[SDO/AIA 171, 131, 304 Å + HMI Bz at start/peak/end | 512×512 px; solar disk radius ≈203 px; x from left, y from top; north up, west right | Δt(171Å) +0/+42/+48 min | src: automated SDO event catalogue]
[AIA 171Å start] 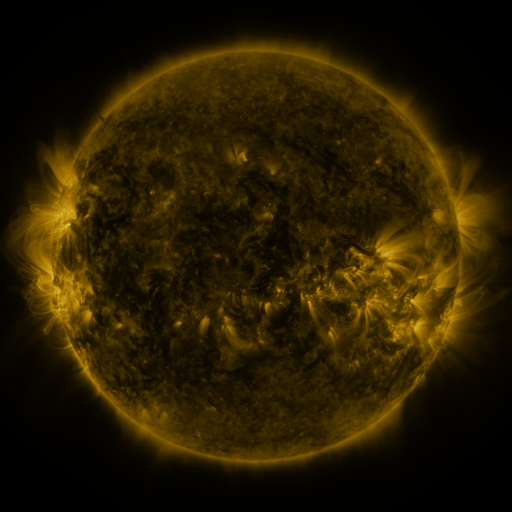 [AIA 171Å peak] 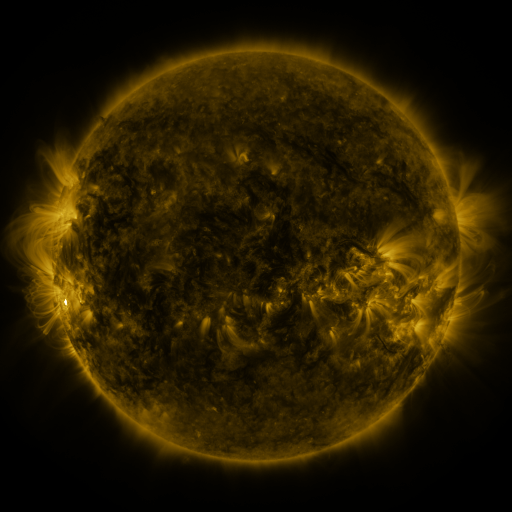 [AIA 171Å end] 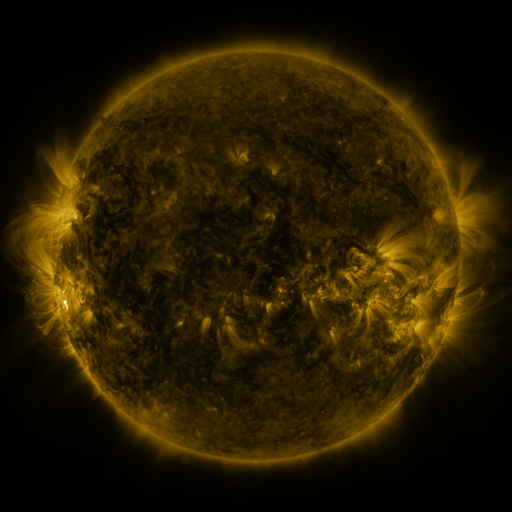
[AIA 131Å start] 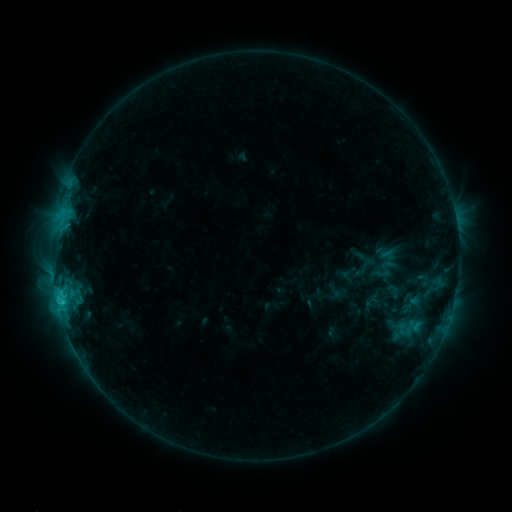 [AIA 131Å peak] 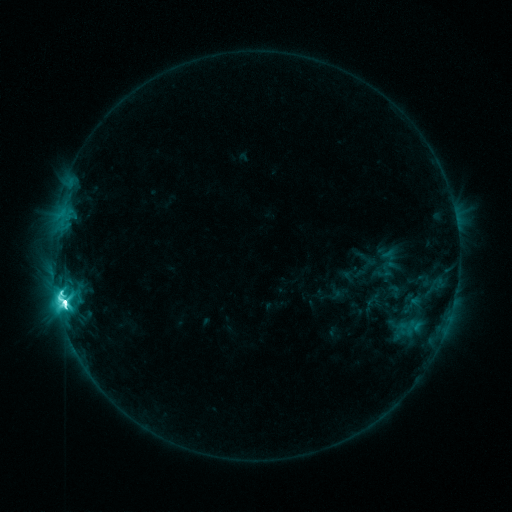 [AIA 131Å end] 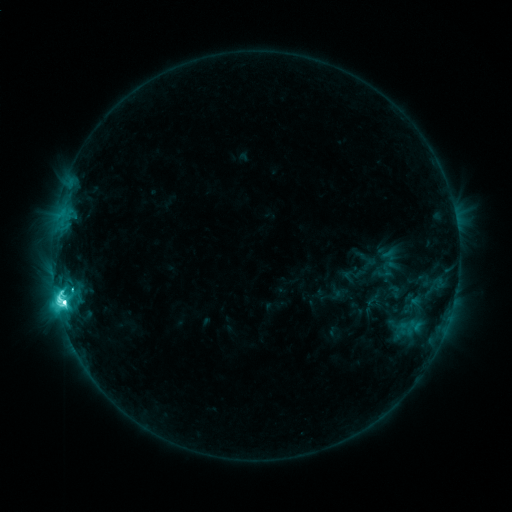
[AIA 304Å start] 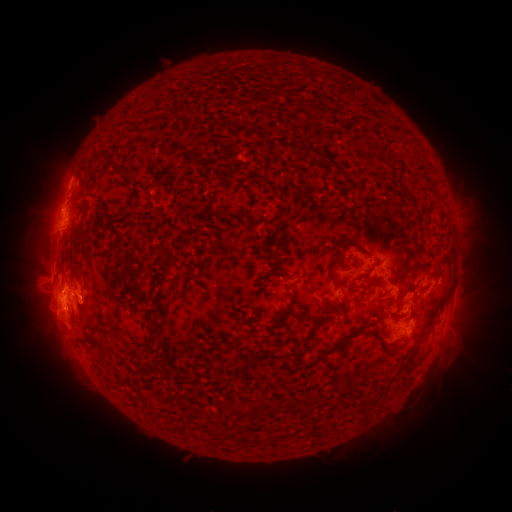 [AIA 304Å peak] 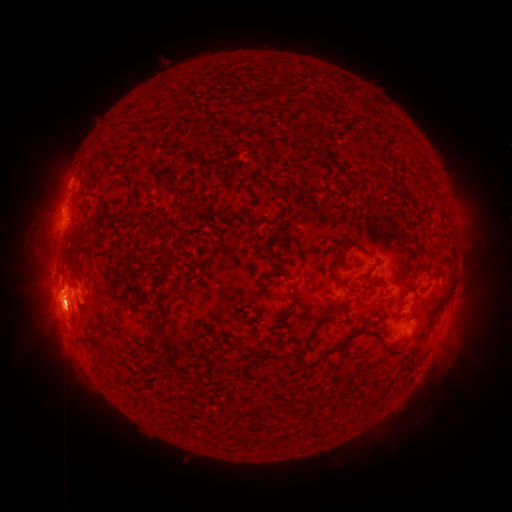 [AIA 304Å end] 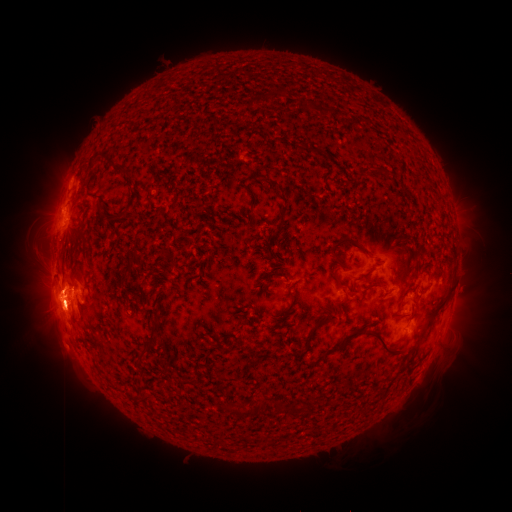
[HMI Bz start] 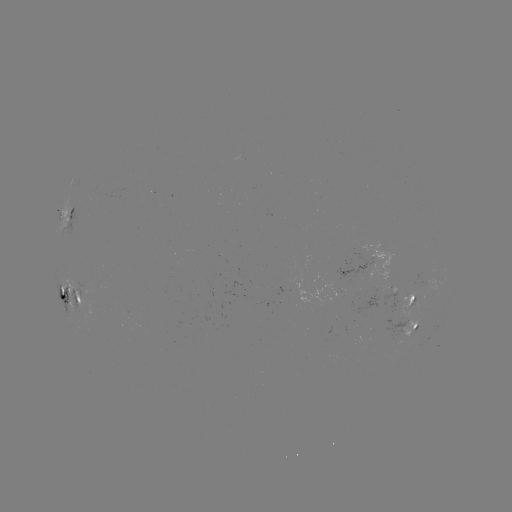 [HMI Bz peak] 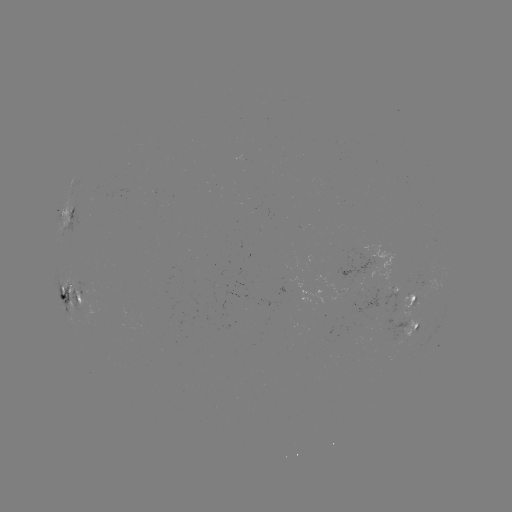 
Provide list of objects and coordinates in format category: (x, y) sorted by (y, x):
M4.9 flare: (65, 299)
